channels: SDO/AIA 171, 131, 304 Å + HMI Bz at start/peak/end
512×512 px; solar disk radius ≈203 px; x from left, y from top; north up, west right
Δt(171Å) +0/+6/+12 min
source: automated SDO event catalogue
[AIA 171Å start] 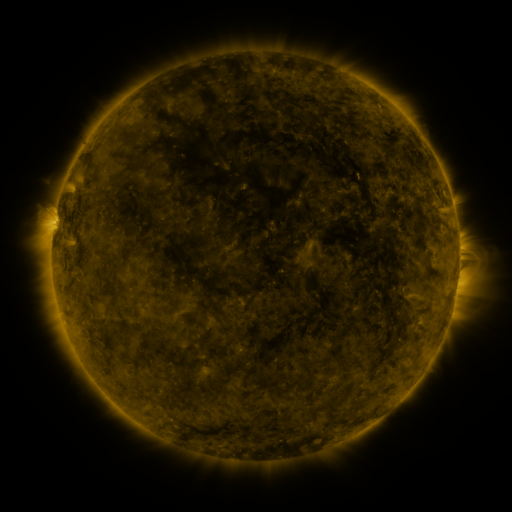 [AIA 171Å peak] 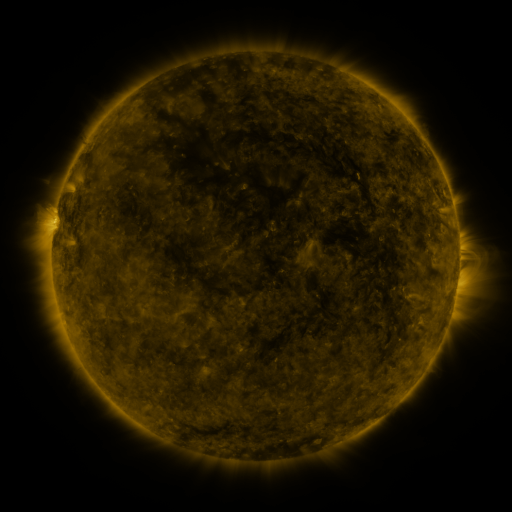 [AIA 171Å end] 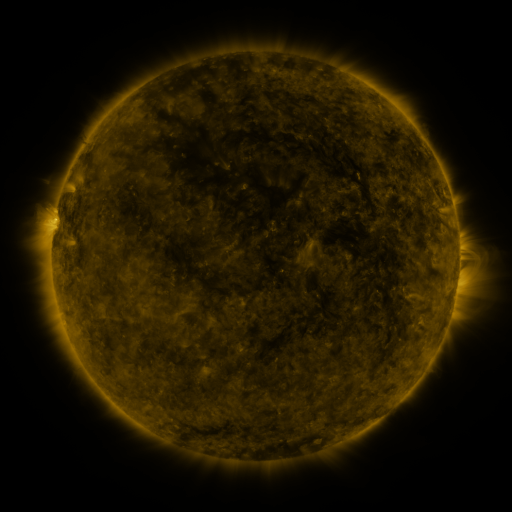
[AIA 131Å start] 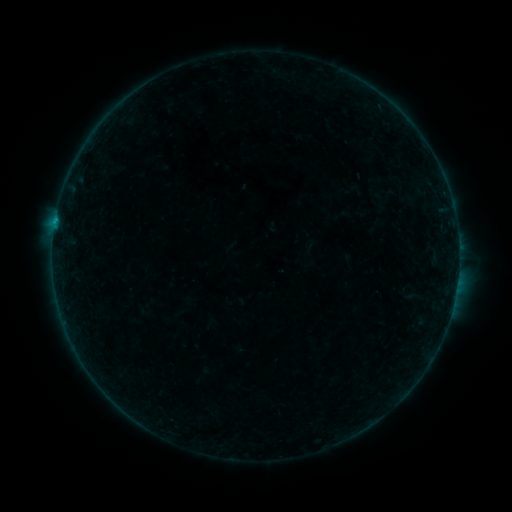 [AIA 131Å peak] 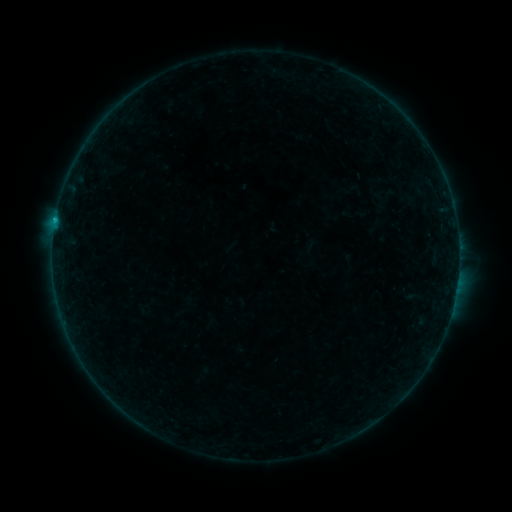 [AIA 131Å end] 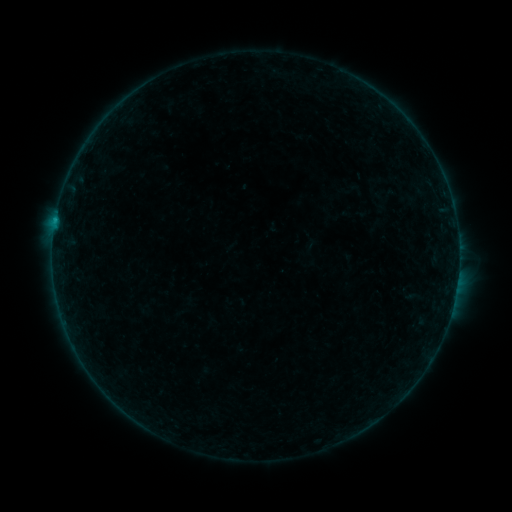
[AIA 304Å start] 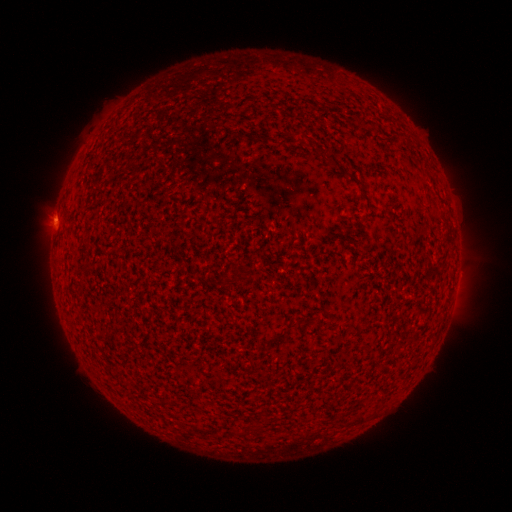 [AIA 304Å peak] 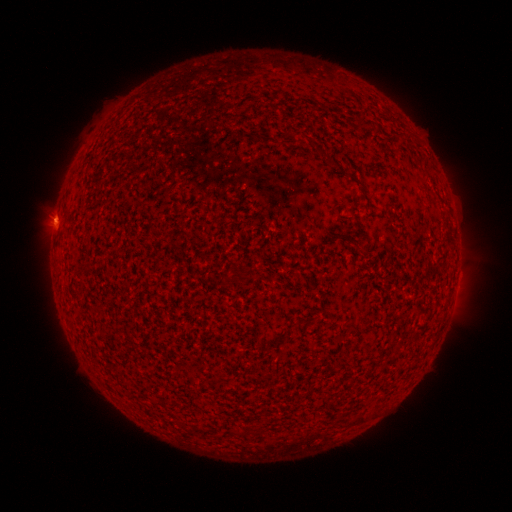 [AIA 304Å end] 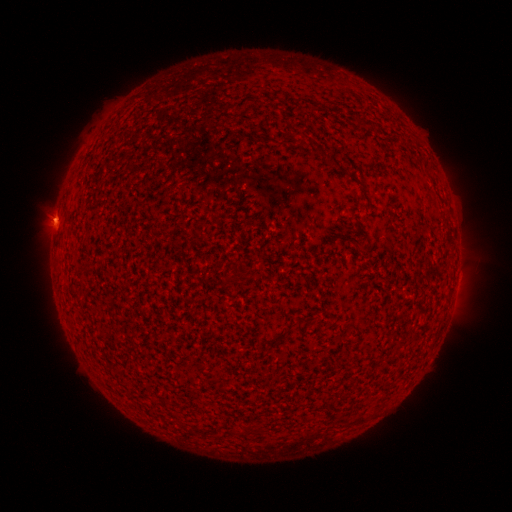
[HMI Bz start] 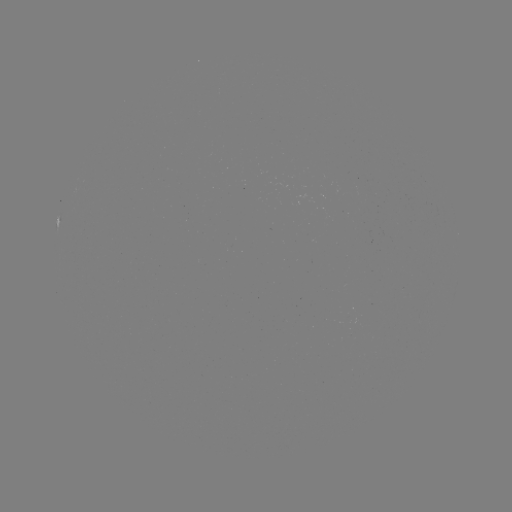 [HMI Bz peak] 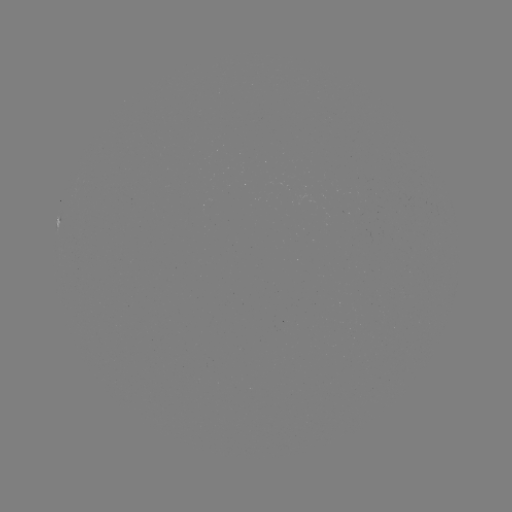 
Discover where B3.9 flare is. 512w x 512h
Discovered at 55,221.